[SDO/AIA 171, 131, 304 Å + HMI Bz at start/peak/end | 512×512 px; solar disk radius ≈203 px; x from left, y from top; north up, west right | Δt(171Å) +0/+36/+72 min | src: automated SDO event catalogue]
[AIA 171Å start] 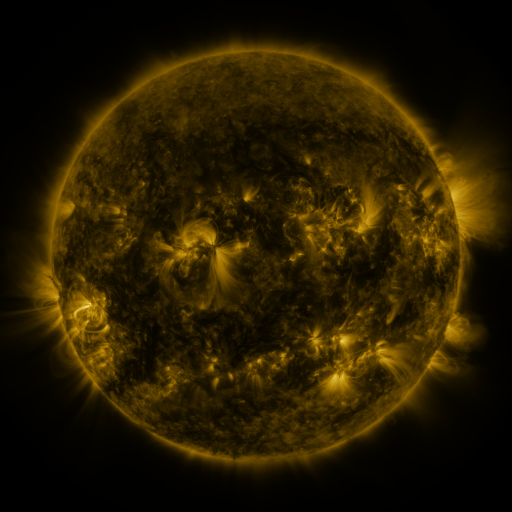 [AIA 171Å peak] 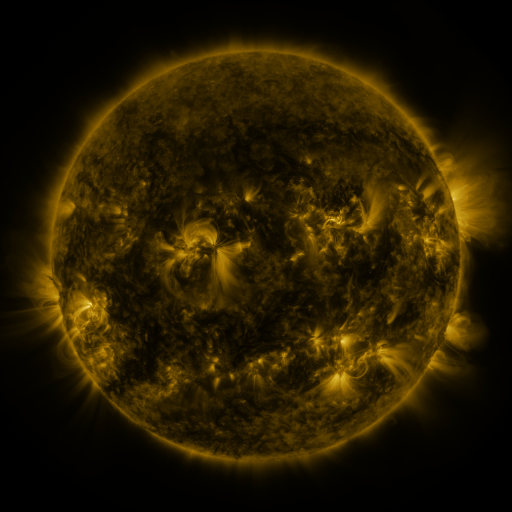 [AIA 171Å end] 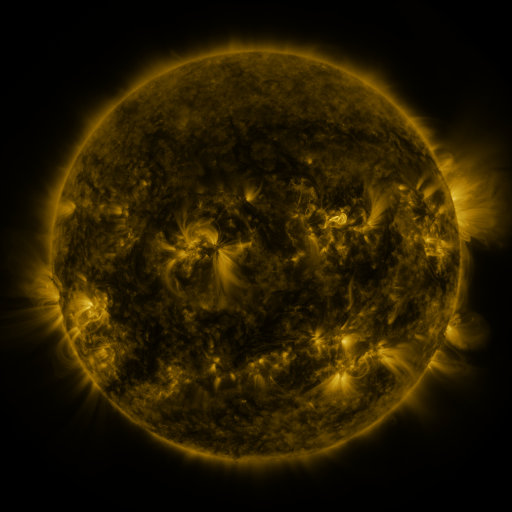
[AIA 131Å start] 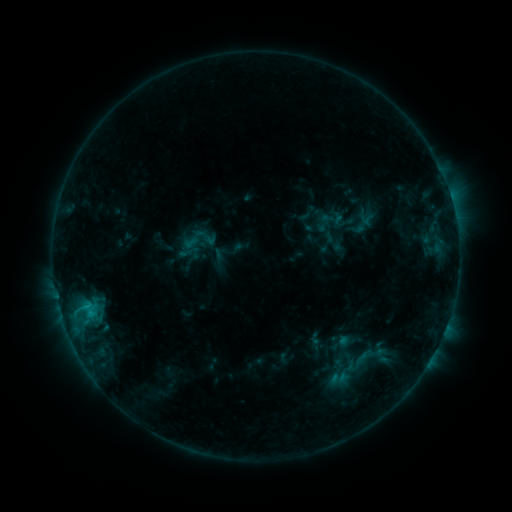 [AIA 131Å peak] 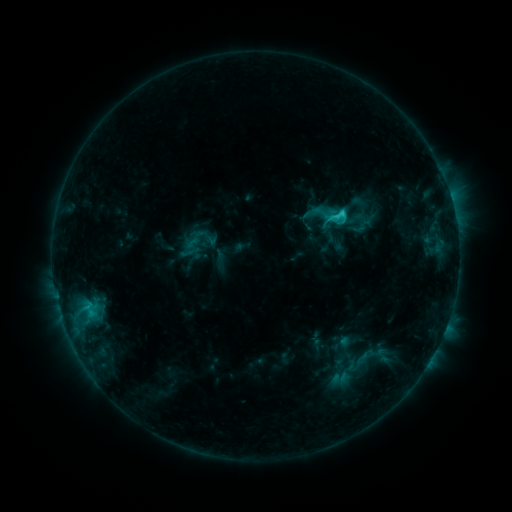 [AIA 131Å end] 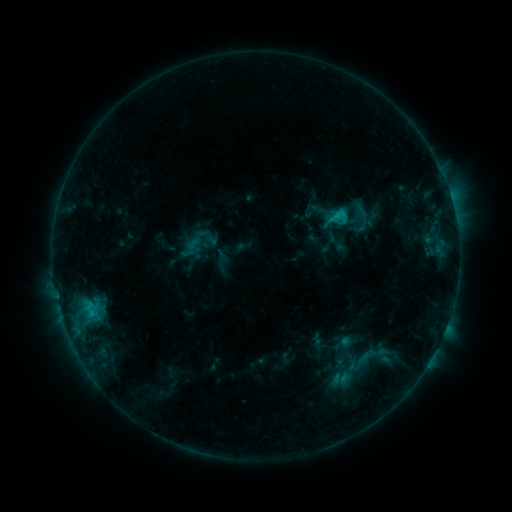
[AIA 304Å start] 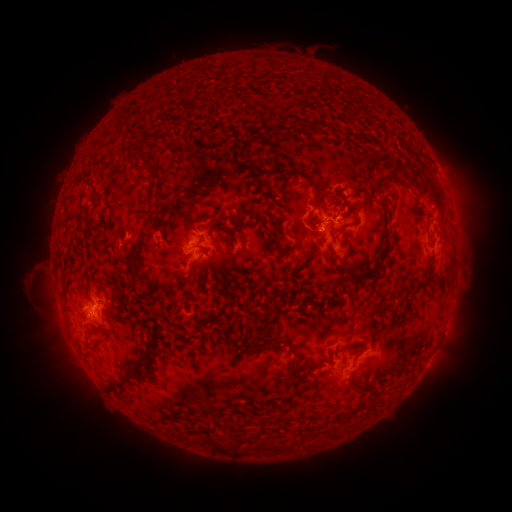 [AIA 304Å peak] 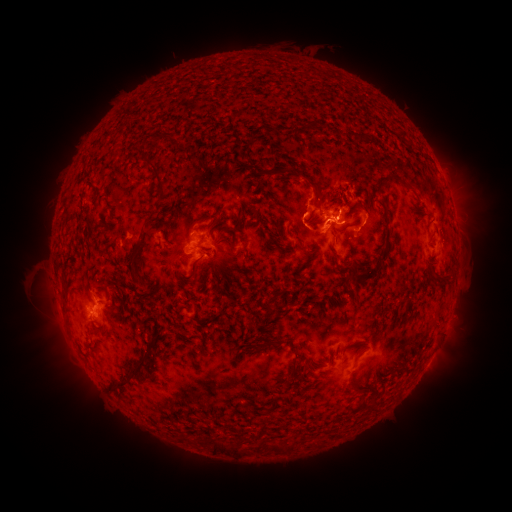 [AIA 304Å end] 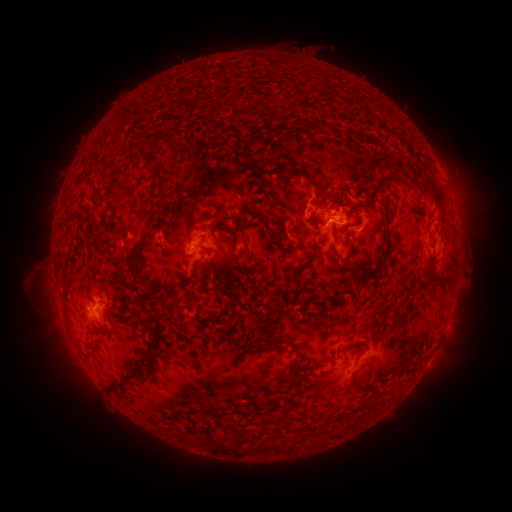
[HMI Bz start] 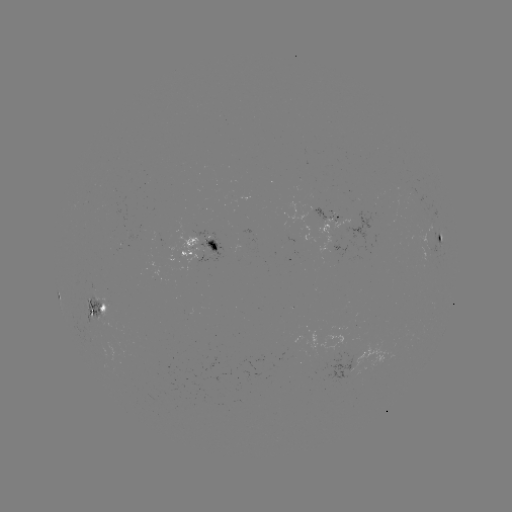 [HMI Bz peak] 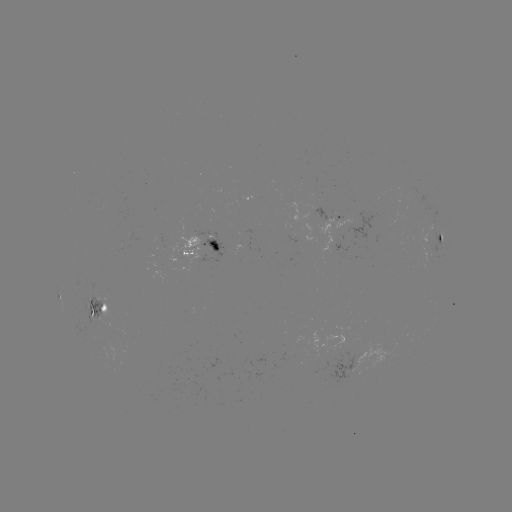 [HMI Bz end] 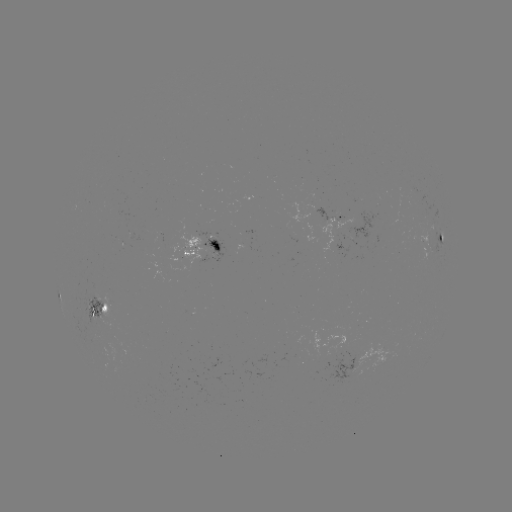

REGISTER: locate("C3.0 flare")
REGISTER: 341,215